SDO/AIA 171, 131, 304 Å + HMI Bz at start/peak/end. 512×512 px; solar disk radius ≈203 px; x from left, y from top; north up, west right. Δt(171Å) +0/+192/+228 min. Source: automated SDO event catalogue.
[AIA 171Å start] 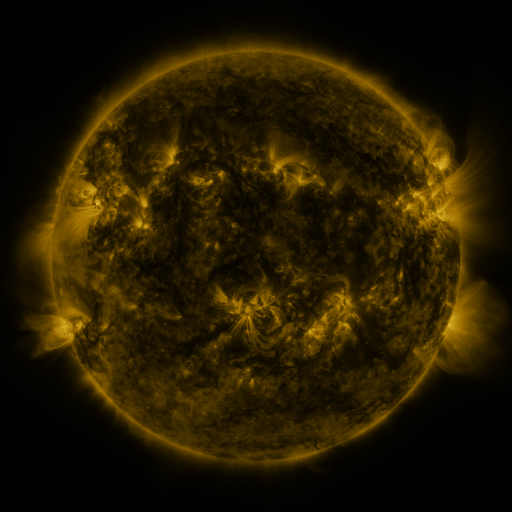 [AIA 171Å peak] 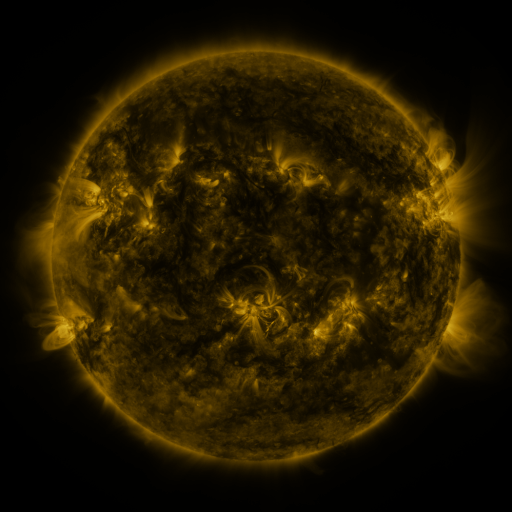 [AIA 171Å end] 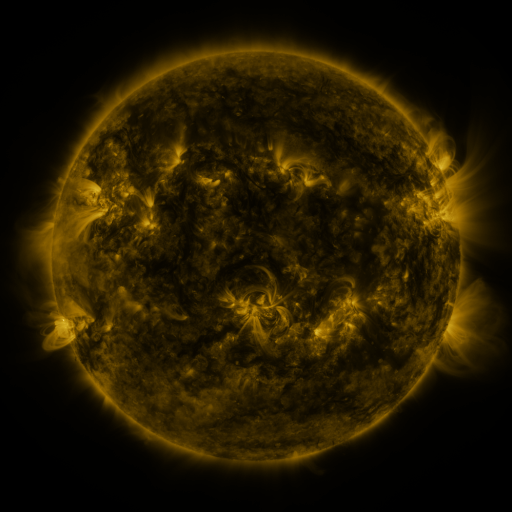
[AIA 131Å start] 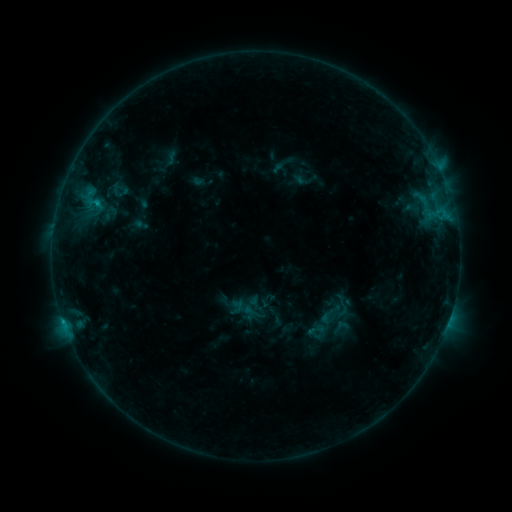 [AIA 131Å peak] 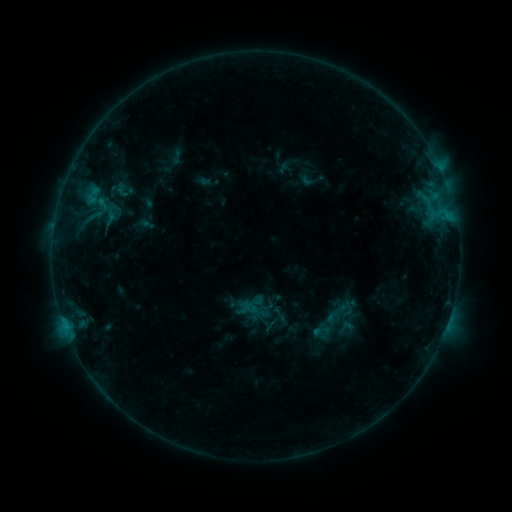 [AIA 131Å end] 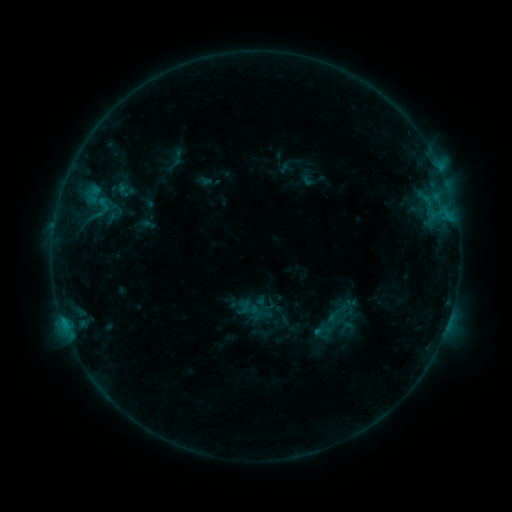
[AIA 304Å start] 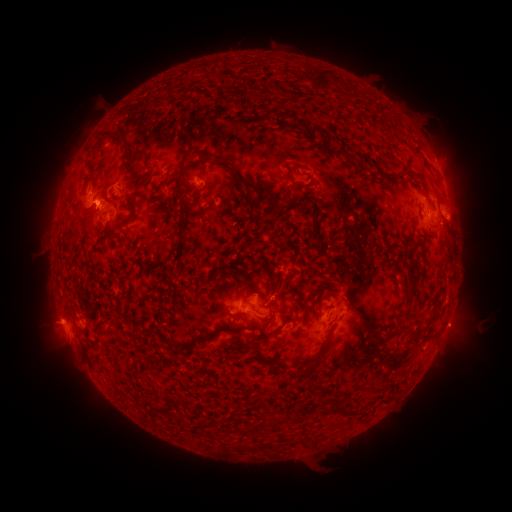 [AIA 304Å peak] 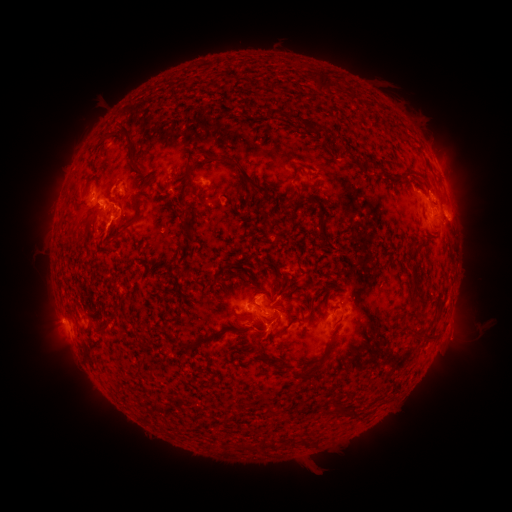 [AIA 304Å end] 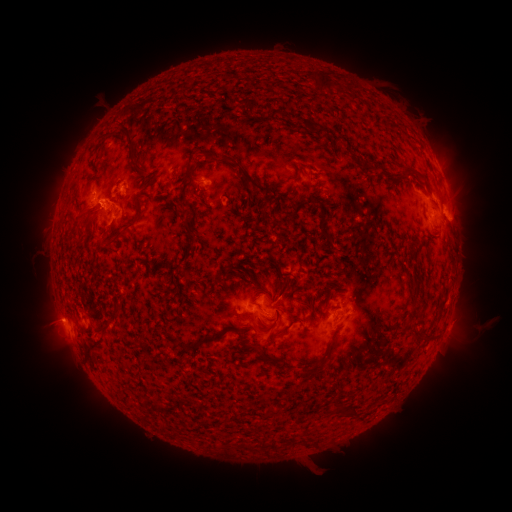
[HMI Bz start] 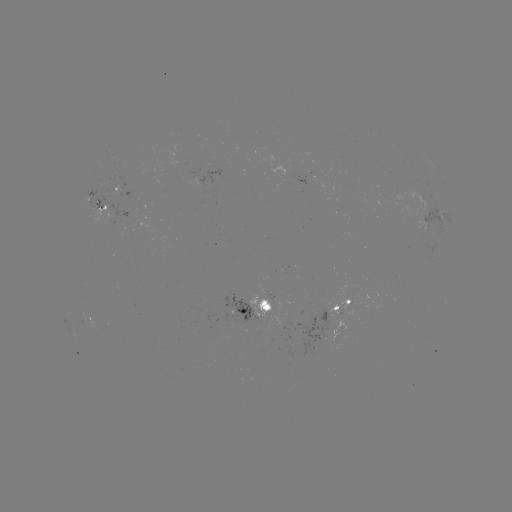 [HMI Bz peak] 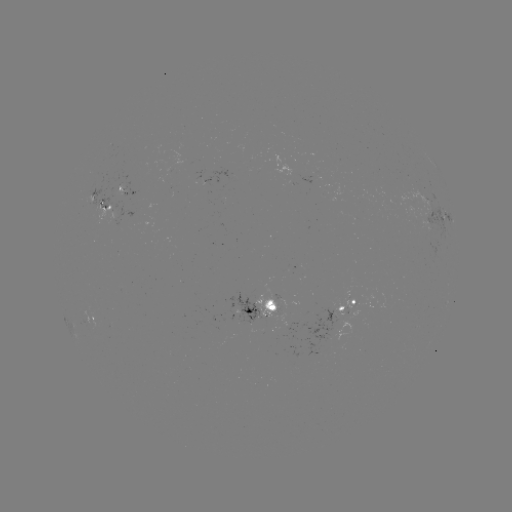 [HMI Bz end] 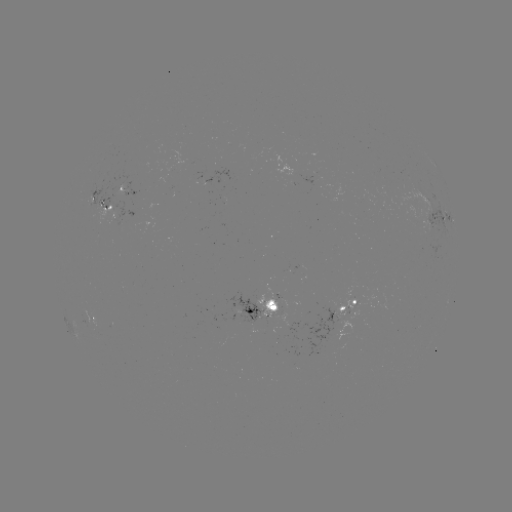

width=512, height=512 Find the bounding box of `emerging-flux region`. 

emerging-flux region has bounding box [254, 285, 280, 318].